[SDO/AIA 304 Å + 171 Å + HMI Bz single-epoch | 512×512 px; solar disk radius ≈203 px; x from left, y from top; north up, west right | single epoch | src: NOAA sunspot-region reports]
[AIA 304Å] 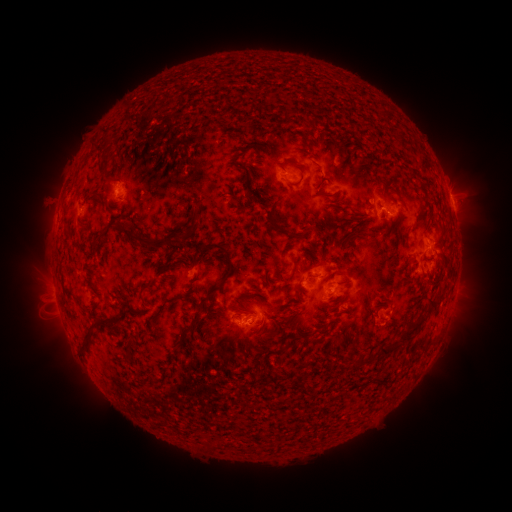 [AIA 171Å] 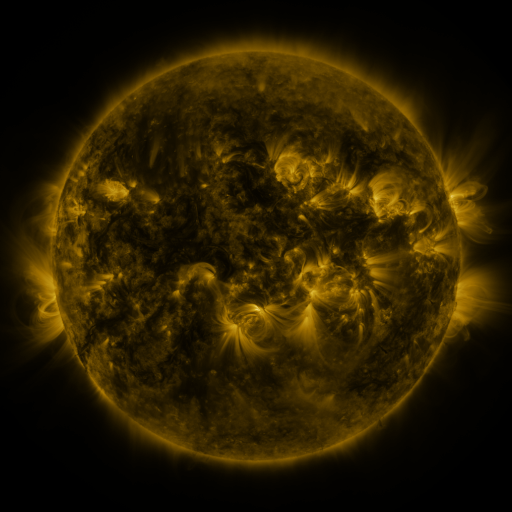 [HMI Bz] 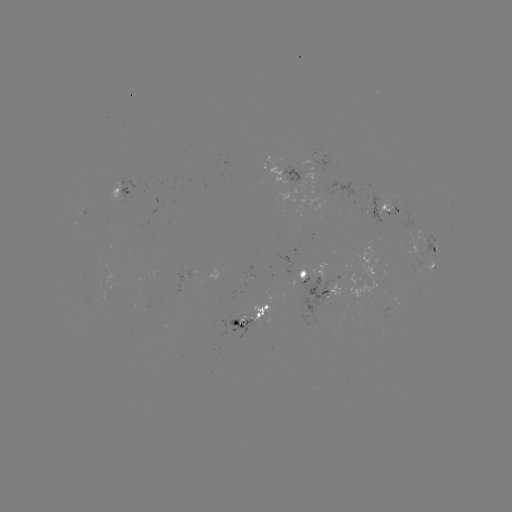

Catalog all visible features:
spotted active region: (293, 175)
spotted active region: (123, 188)
spotted active region: (391, 208)
spotted active region: (424, 248)
spotted active region: (433, 264)
spotted active region: (314, 274)
spotted active region: (456, 282)
spotted active region: (329, 292)
spotted active region: (401, 305)
spotted active region: (256, 311)
